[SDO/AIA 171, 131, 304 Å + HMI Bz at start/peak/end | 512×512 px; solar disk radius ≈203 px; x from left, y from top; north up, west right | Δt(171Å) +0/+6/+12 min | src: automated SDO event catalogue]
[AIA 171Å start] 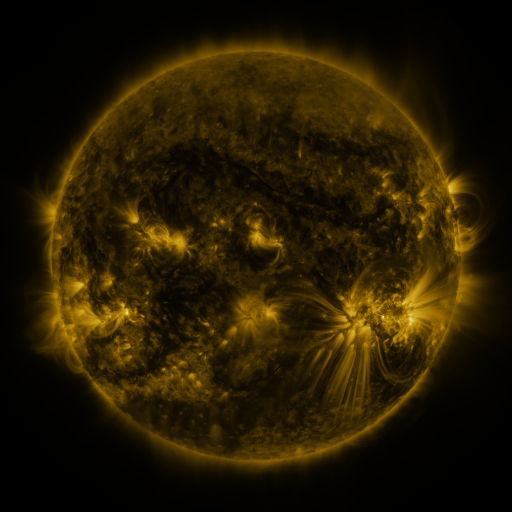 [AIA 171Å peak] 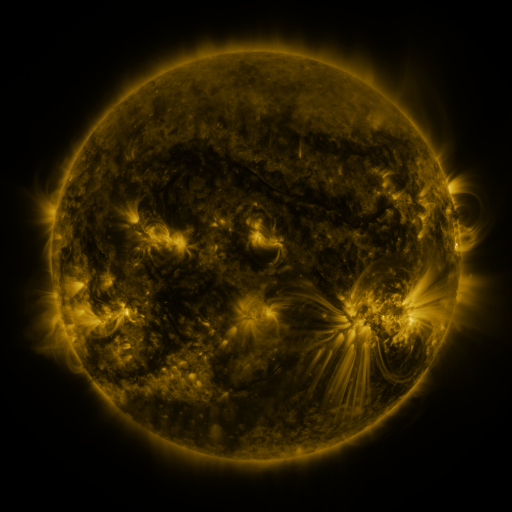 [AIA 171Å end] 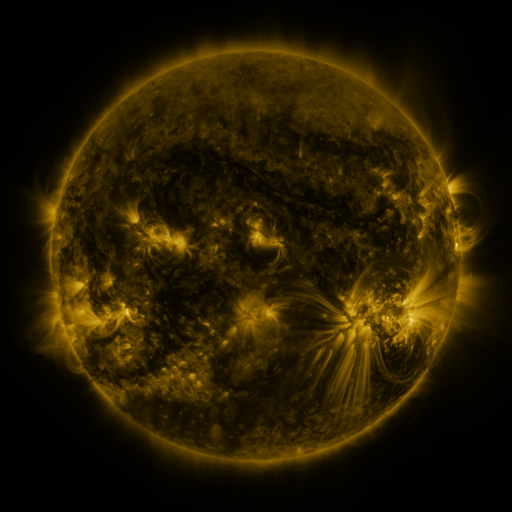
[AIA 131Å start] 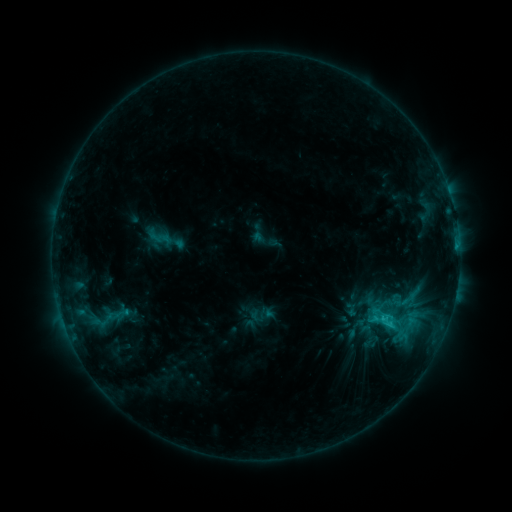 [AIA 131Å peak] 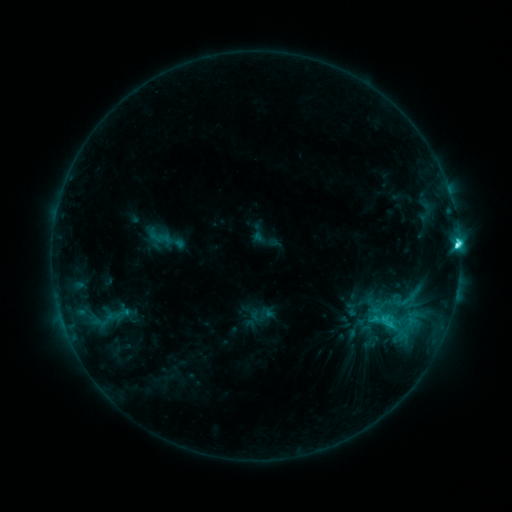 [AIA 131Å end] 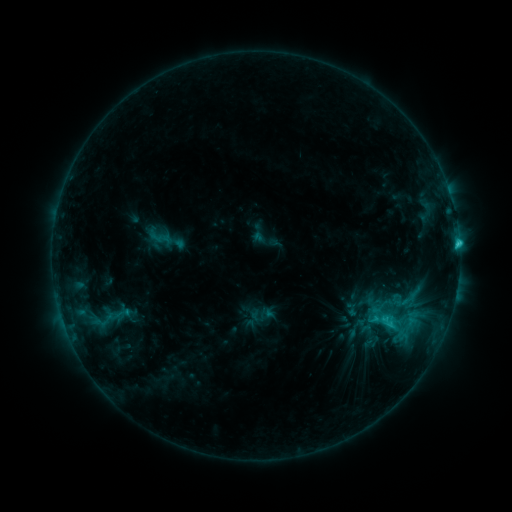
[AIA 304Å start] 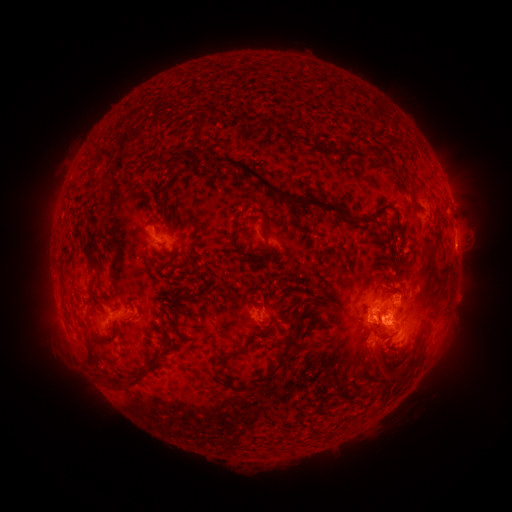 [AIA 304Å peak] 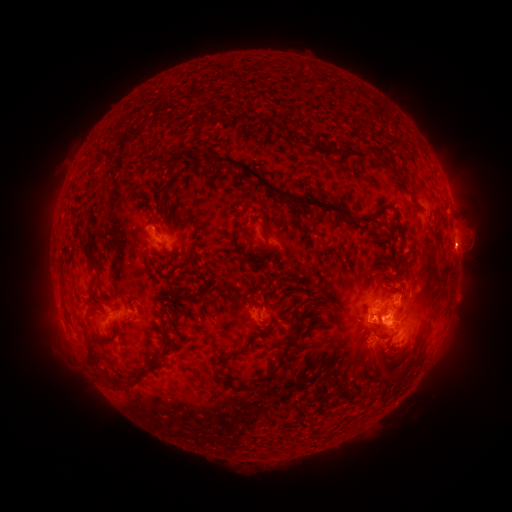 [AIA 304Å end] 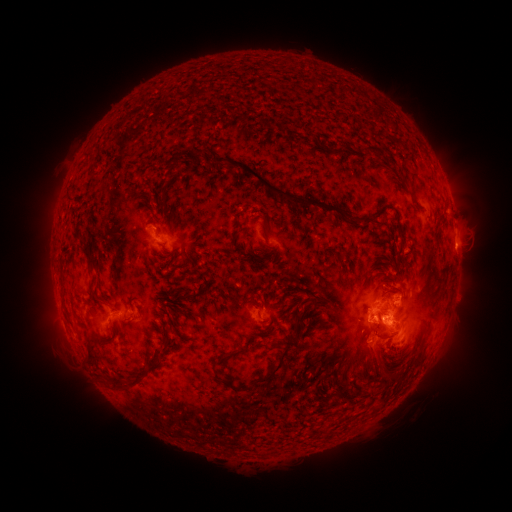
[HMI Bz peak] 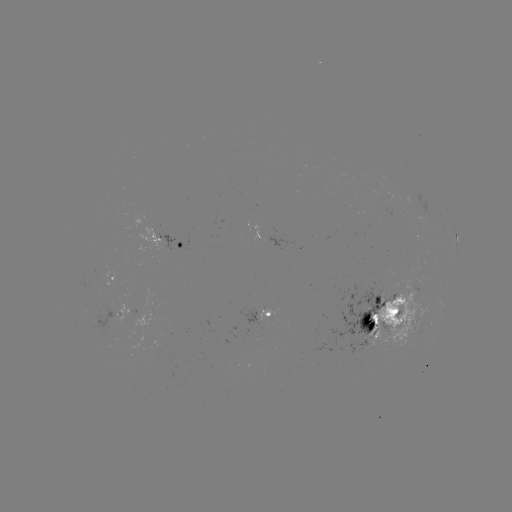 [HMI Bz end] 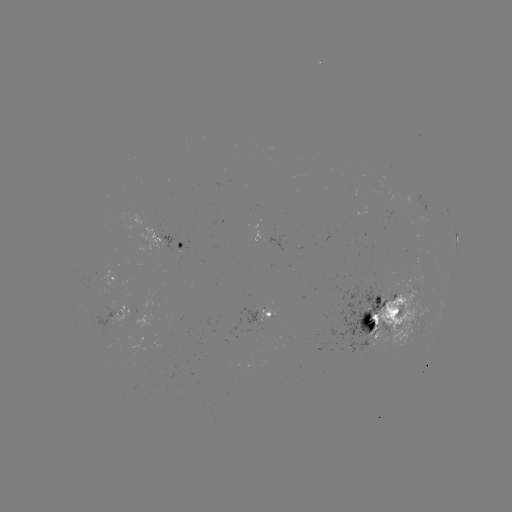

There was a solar flare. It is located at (457, 247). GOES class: C5.3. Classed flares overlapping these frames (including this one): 1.